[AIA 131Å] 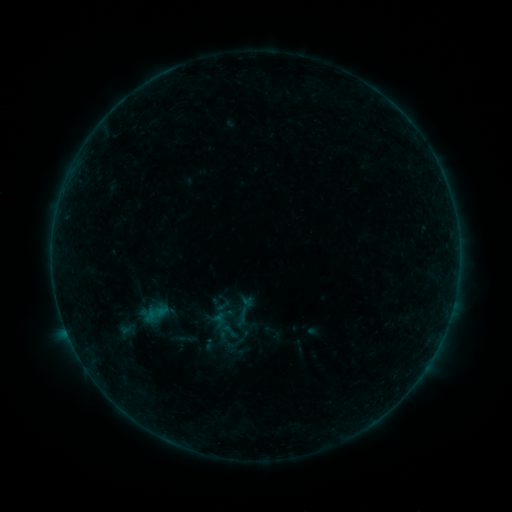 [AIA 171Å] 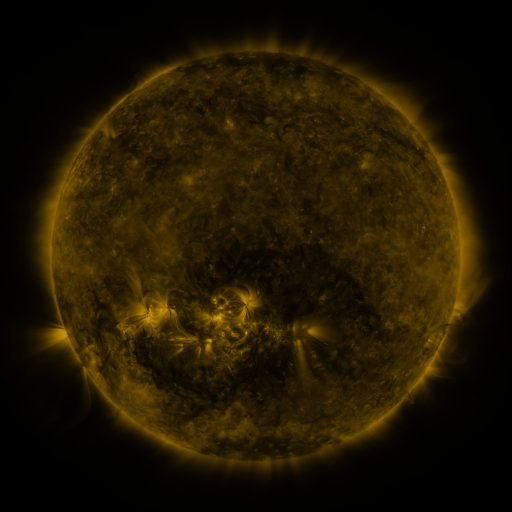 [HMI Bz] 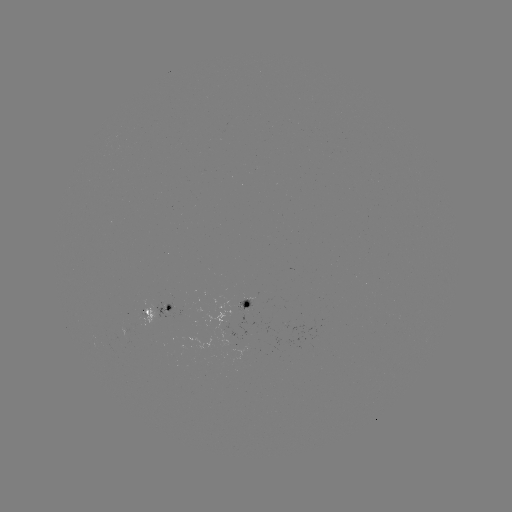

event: sigmoid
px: (229, 331)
